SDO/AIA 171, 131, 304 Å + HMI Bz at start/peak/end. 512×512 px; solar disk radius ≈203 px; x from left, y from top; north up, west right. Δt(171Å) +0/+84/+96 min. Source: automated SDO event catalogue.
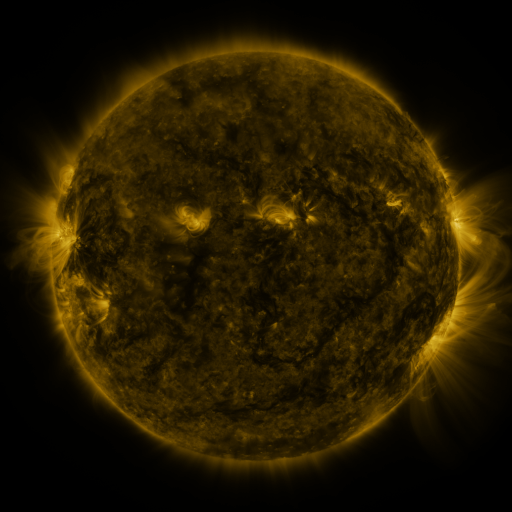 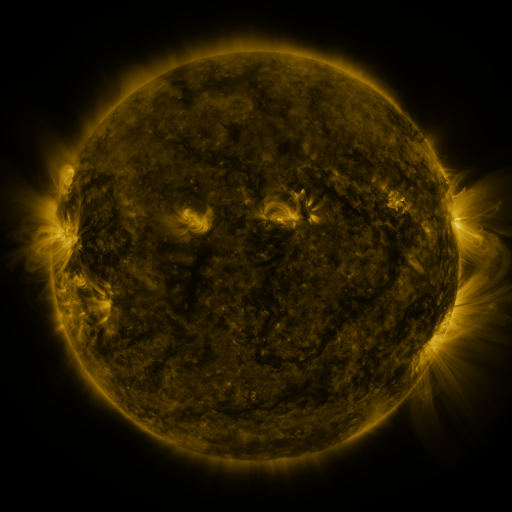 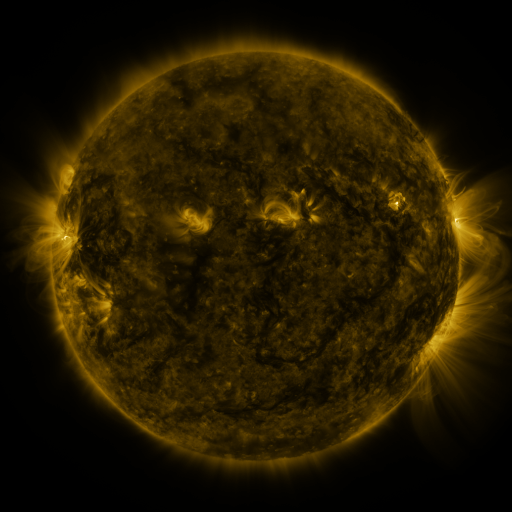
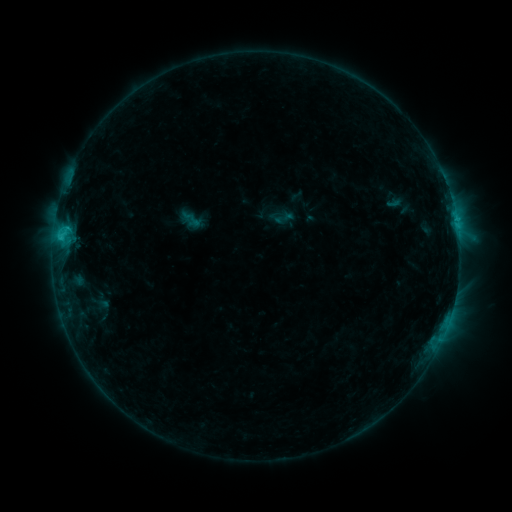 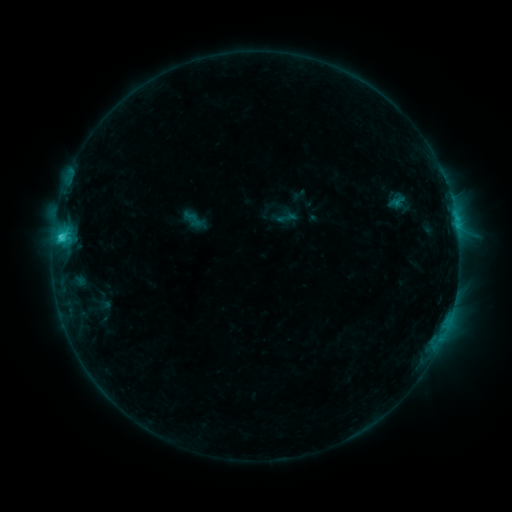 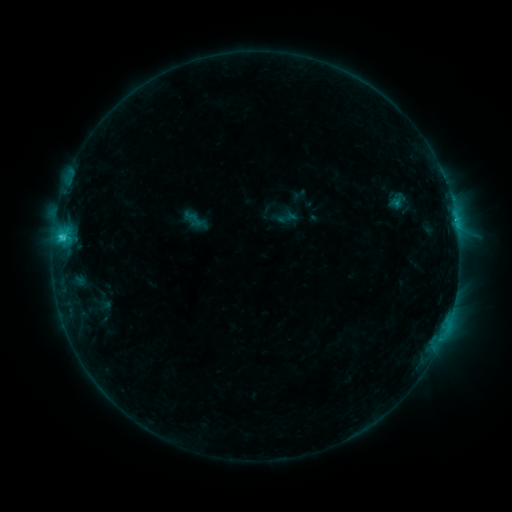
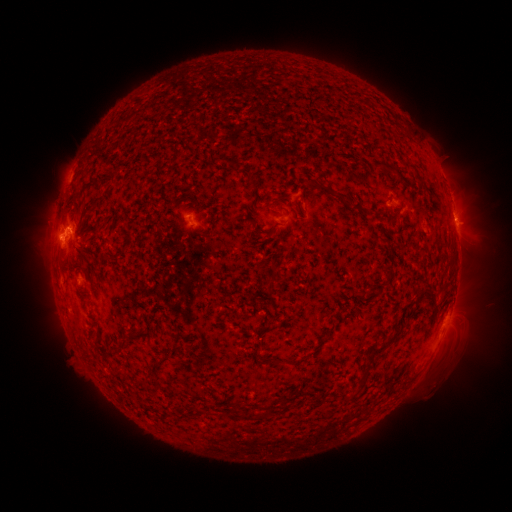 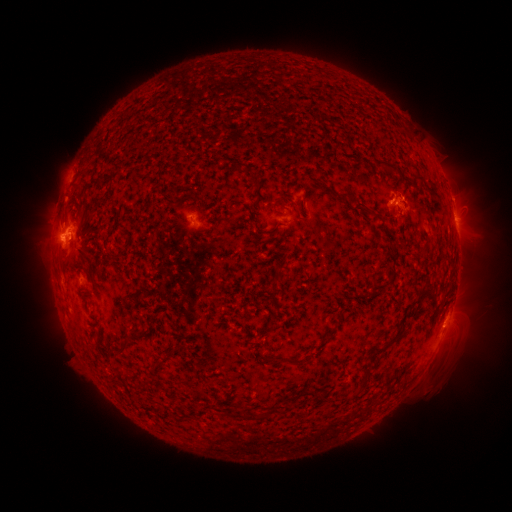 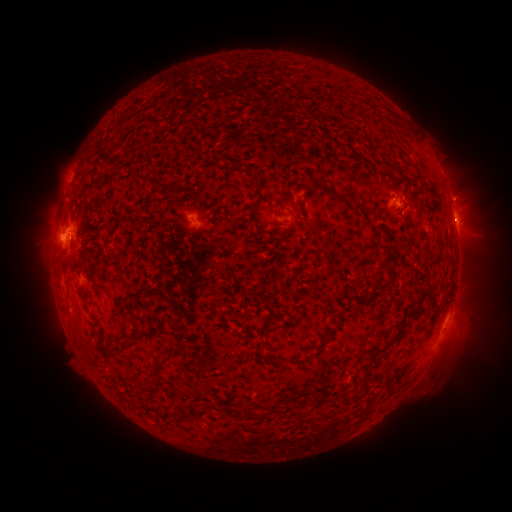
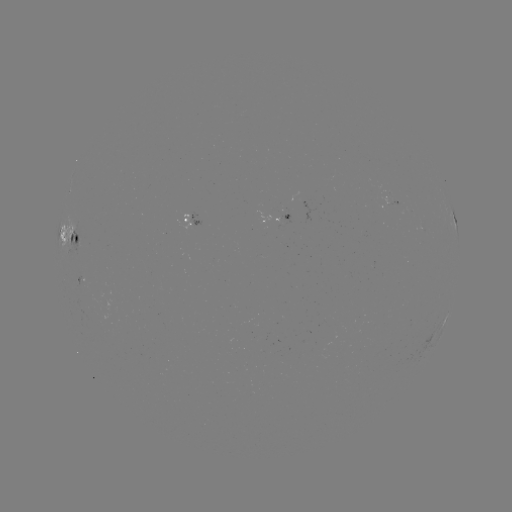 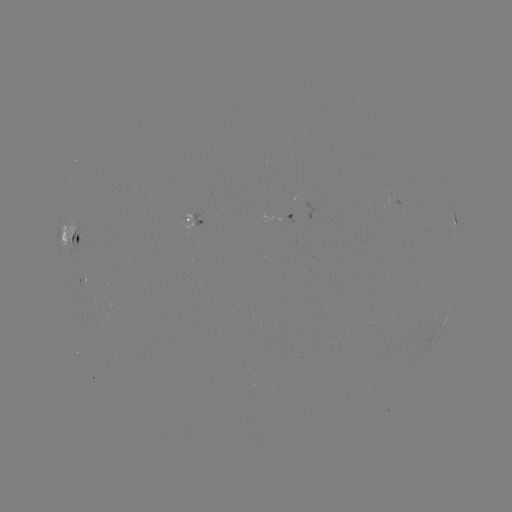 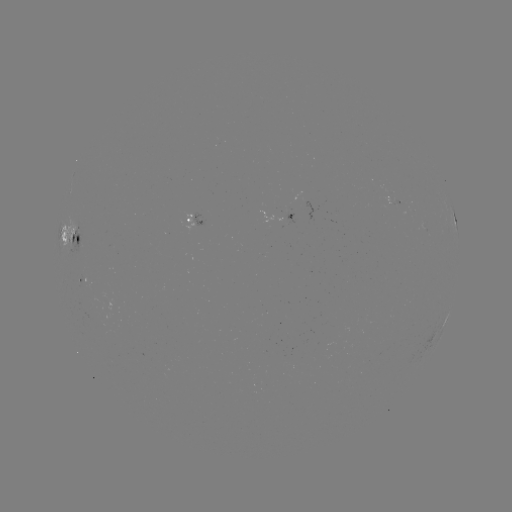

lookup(emerging-flux region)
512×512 83,277